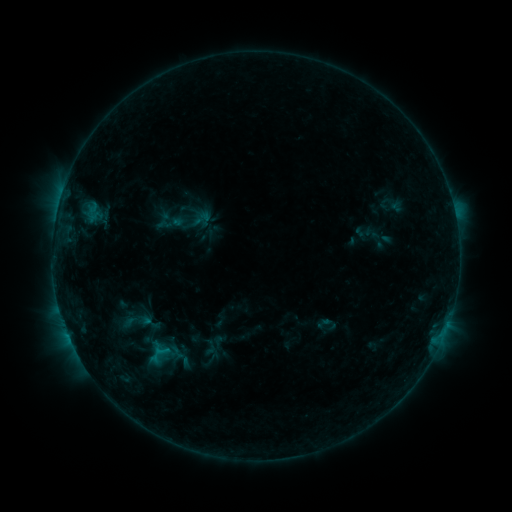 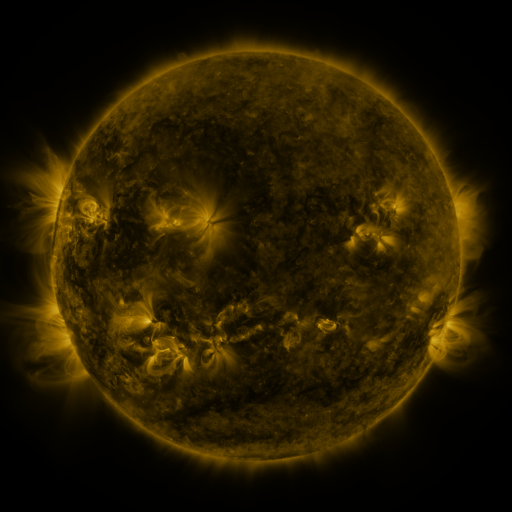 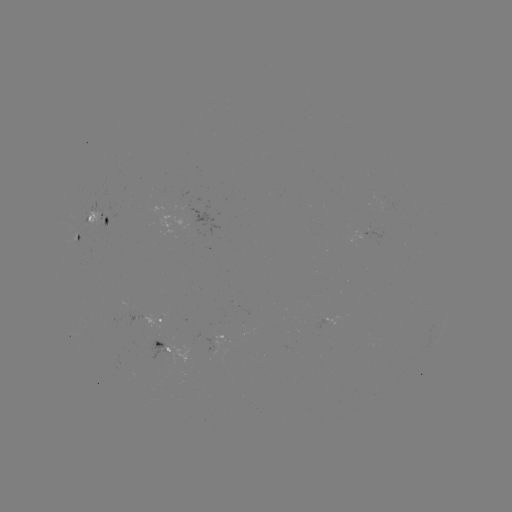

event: sigmoid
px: (149, 348)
